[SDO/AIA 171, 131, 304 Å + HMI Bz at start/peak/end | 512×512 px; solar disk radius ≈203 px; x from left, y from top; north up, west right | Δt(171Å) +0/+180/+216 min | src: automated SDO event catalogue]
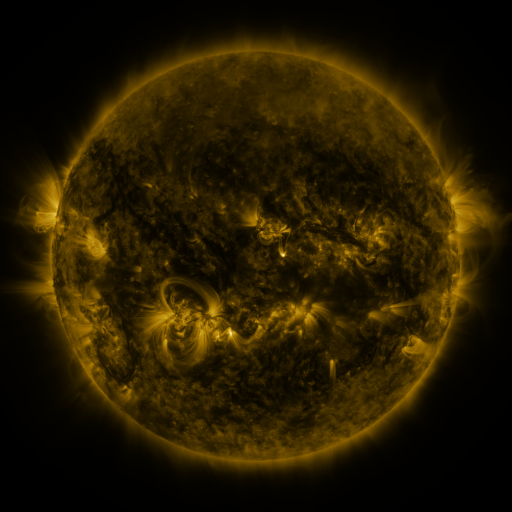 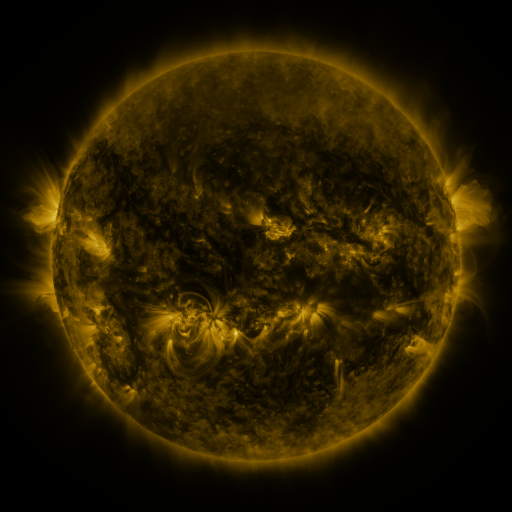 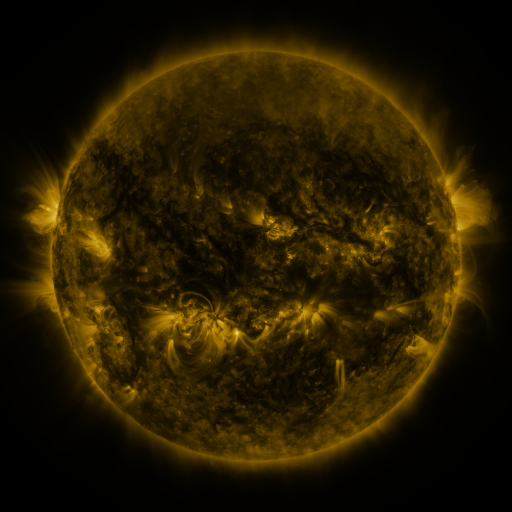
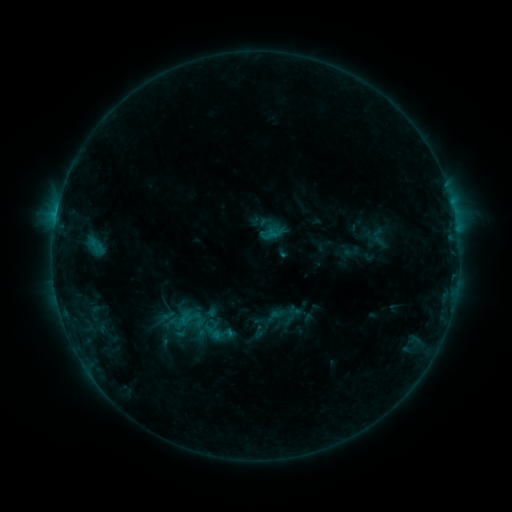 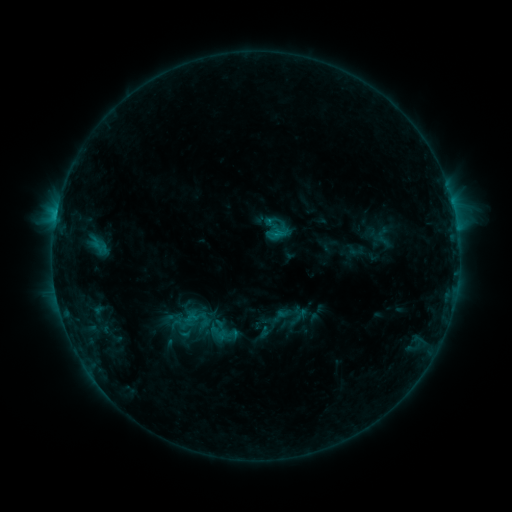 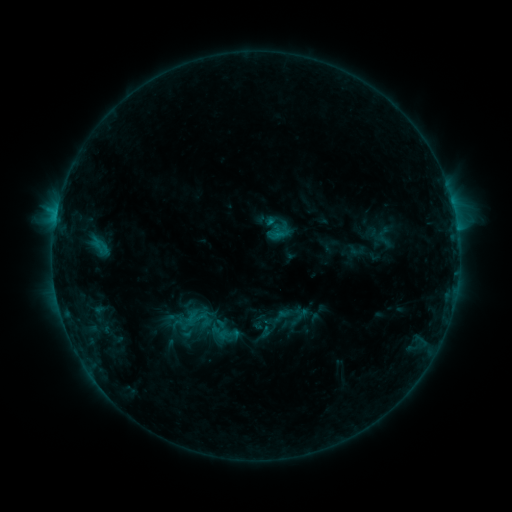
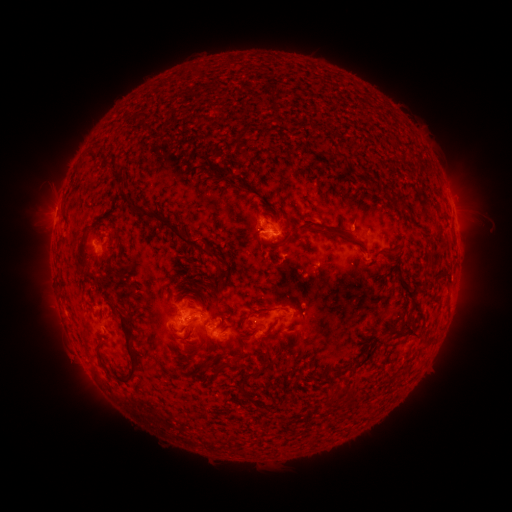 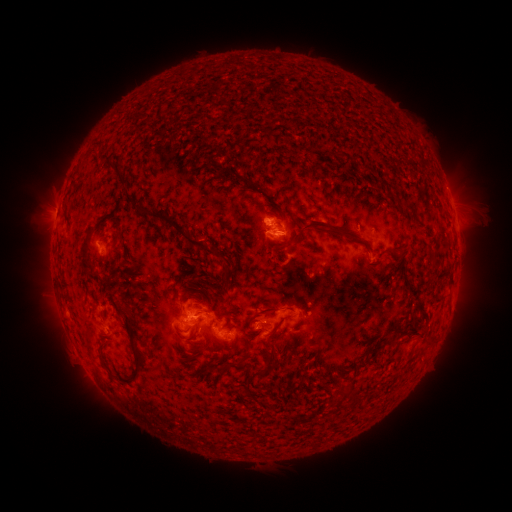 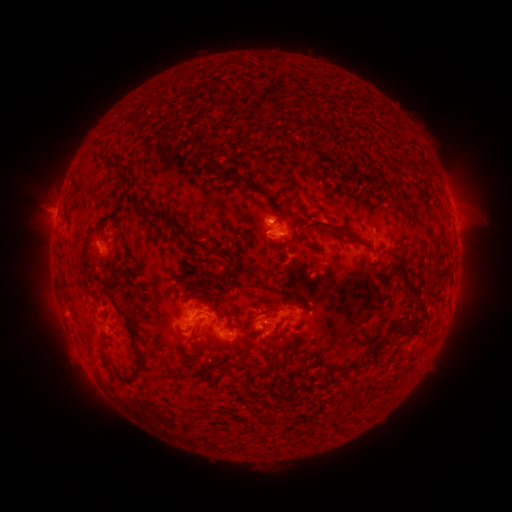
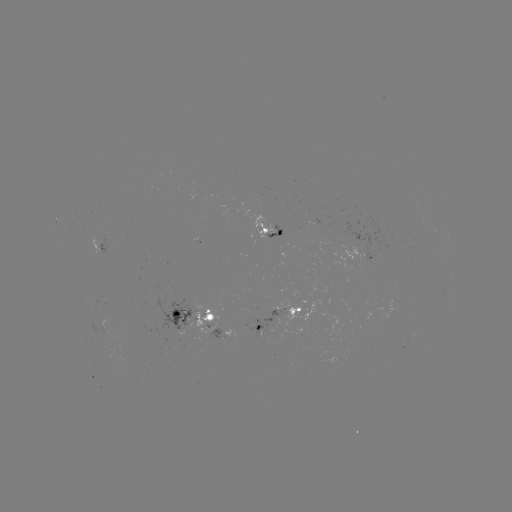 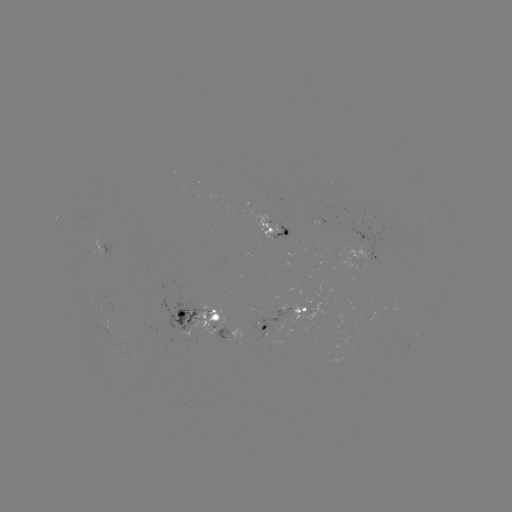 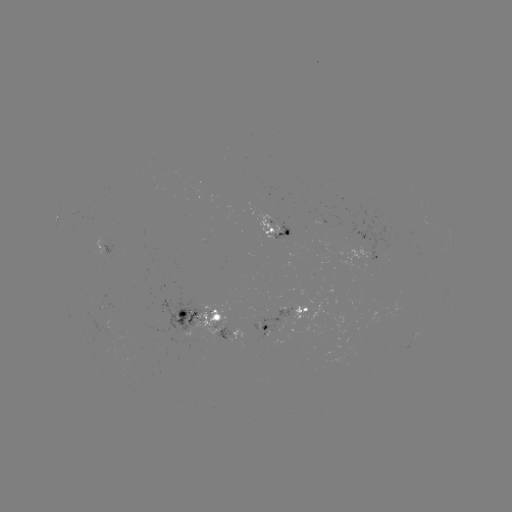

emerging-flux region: (245, 307, 257, 313)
